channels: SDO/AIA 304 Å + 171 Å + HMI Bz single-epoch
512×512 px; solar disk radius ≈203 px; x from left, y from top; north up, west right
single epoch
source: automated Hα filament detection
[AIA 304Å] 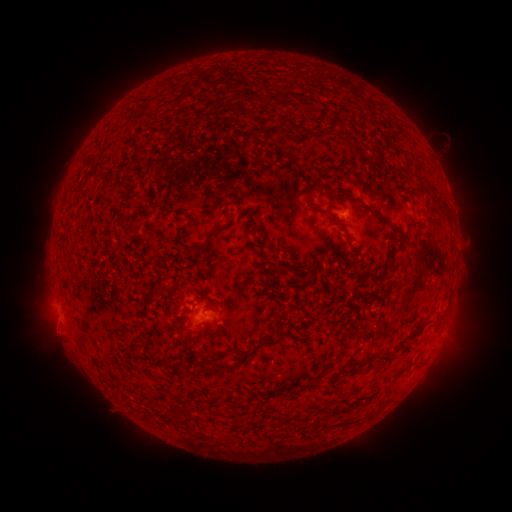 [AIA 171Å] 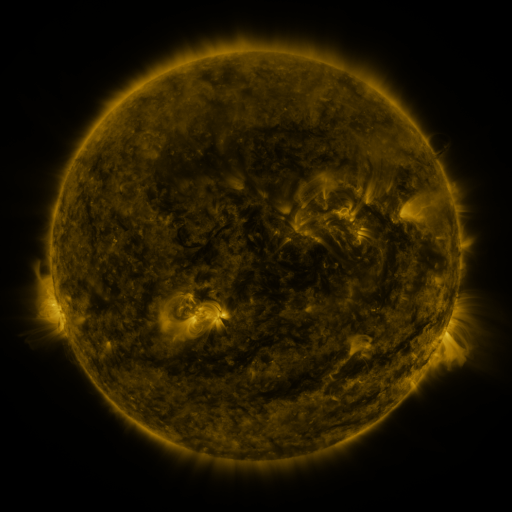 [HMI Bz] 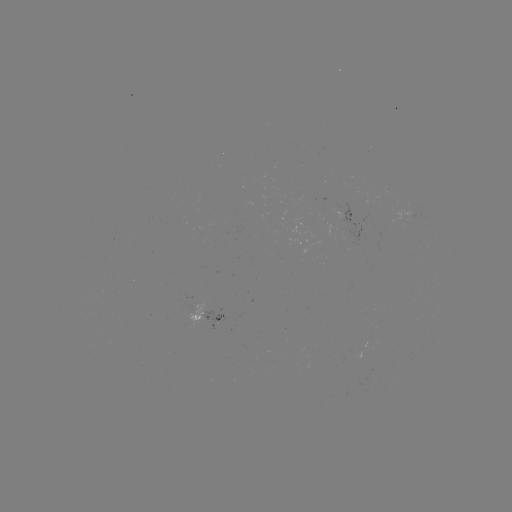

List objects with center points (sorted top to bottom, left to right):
filament: (251, 137, 261, 148)
filament: (99, 164, 108, 173)
filament: (348, 168, 362, 177)
filament: (337, 186, 367, 209)
filament: (408, 202, 416, 211)
filament: (438, 202, 449, 214)
filament: (370, 205, 389, 225)
filament: (207, 225, 224, 240)
filament: (388, 225, 399, 233)
filament: (342, 234, 360, 252)
filament: (386, 235, 397, 241)
filament: (187, 243, 205, 254)
filament: (282, 266, 296, 274)
filament: (408, 323, 424, 341)
filament: (240, 355, 251, 365)
filament: (341, 405, 353, 412)
